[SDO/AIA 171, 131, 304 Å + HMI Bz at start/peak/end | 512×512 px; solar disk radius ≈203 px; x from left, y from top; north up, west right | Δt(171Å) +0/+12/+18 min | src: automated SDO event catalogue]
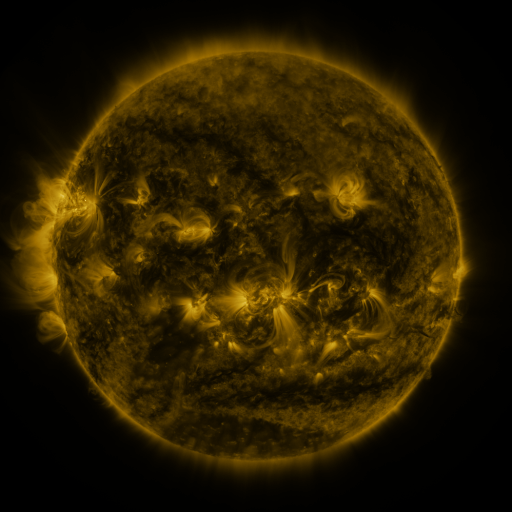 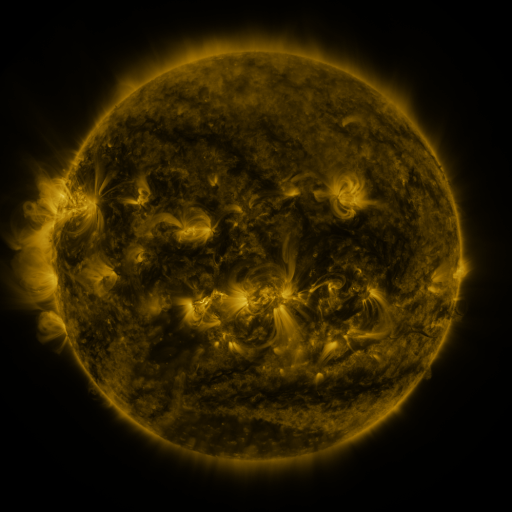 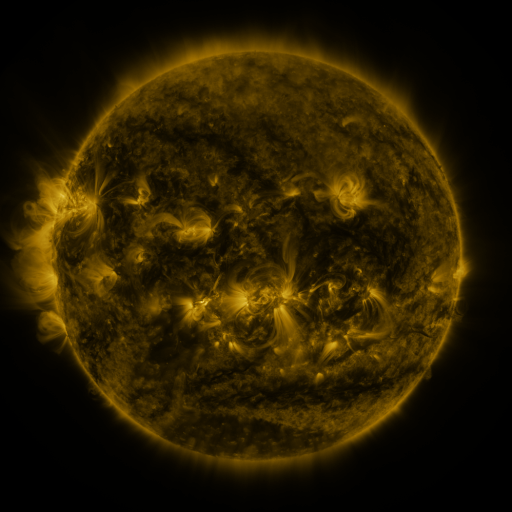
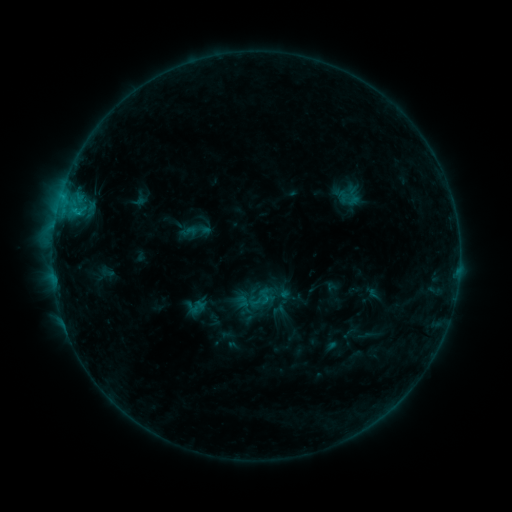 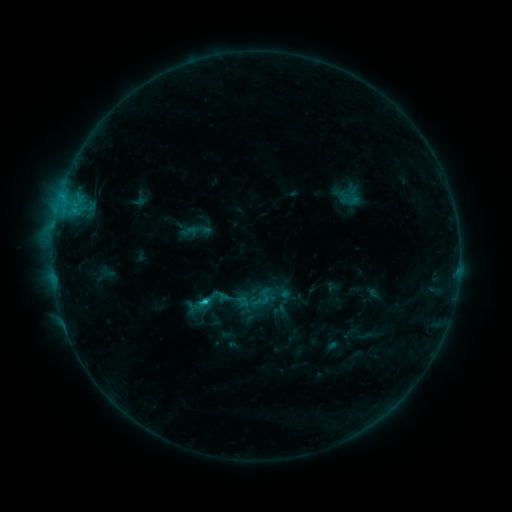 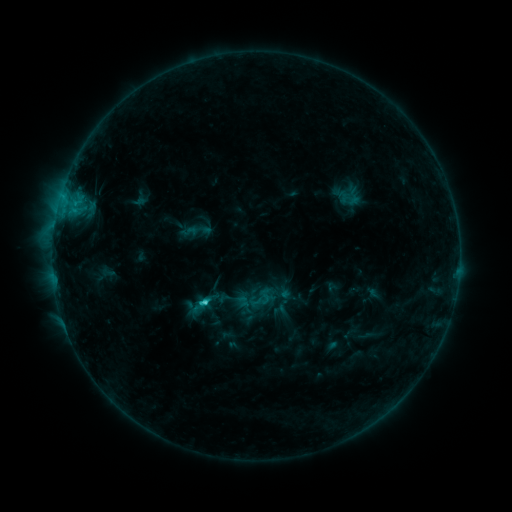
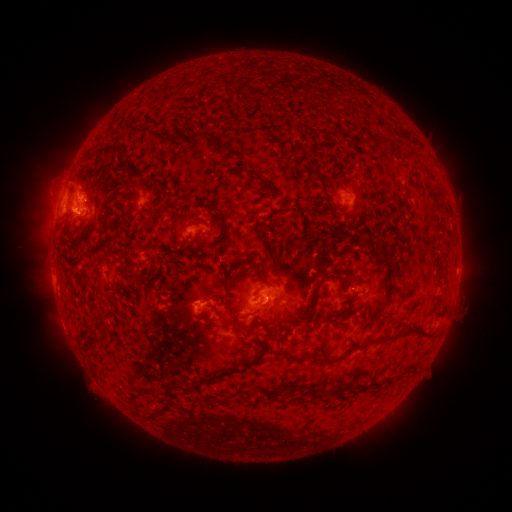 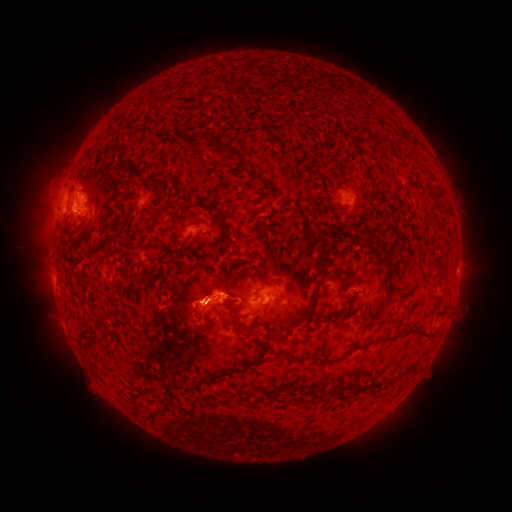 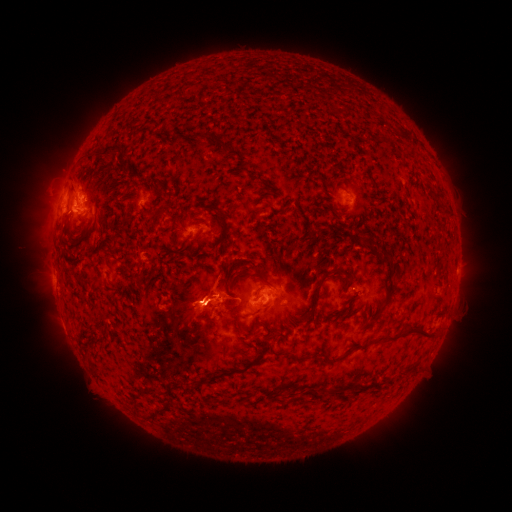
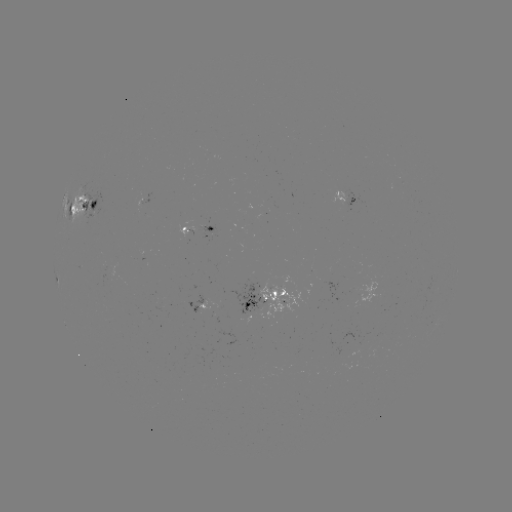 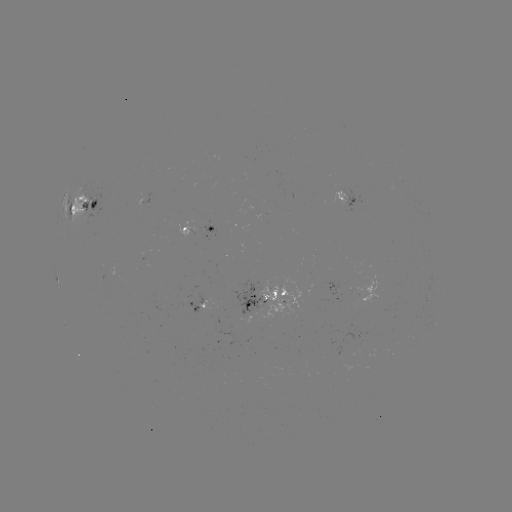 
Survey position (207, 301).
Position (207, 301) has eruption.